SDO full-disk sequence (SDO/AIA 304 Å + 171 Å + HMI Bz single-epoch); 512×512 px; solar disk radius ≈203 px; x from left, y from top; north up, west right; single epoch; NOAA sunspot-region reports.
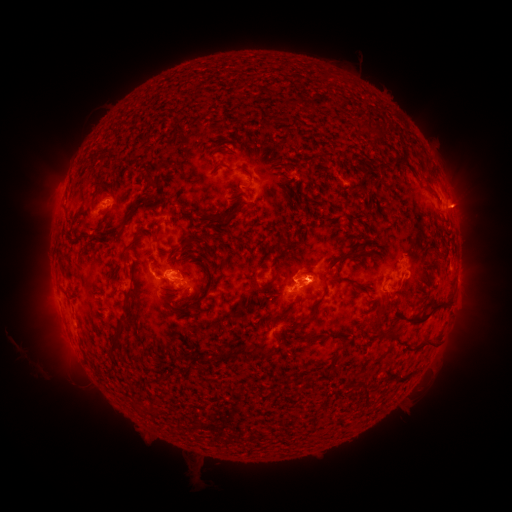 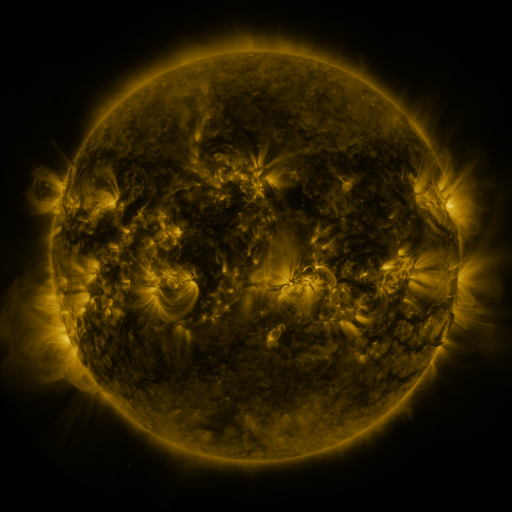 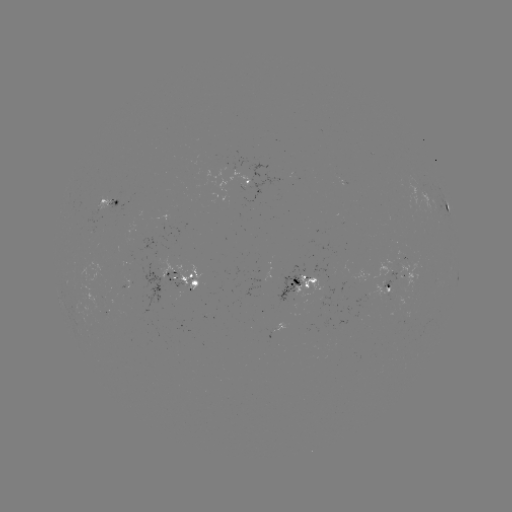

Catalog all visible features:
spotted active region: (245, 183)
spotted active region: (113, 207)
spotted active region: (447, 207)
spotted active region: (403, 264)
spotted active region: (457, 277)
spotted active region: (188, 282)
spotted active region: (300, 285)
spotted active region: (388, 287)
spotted active region: (277, 329)
